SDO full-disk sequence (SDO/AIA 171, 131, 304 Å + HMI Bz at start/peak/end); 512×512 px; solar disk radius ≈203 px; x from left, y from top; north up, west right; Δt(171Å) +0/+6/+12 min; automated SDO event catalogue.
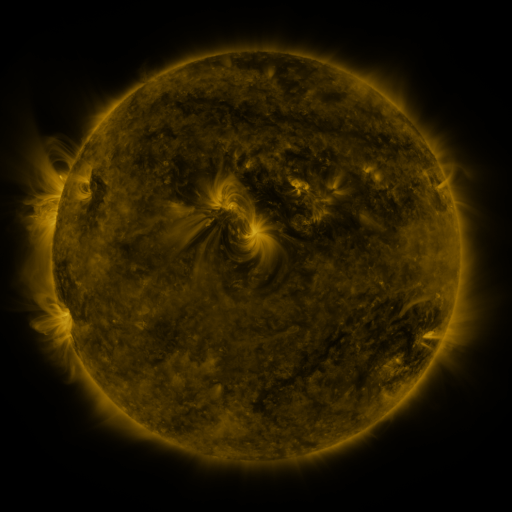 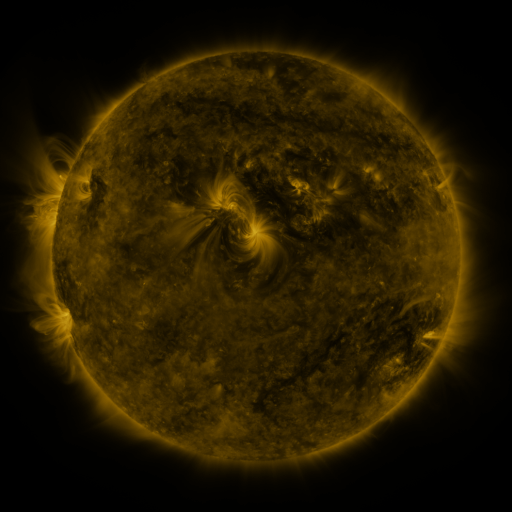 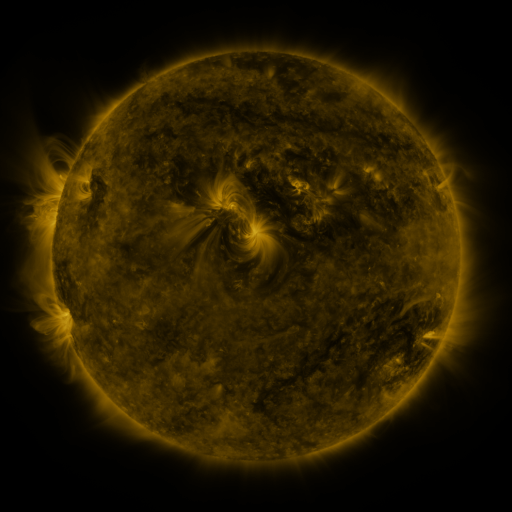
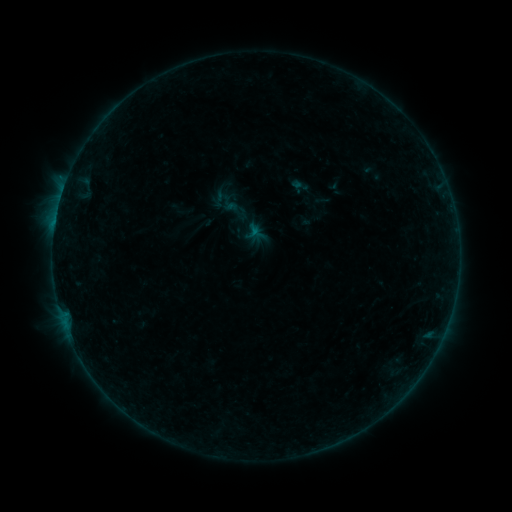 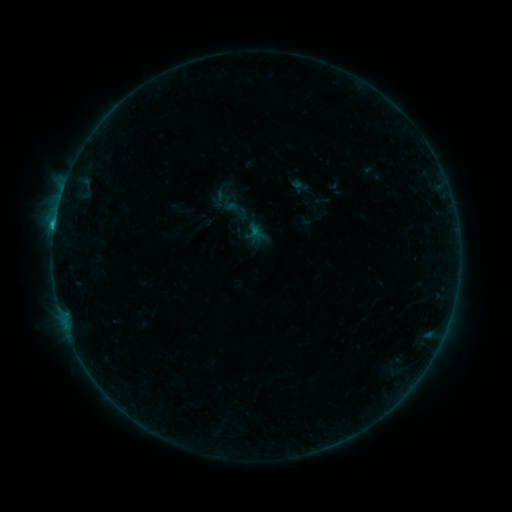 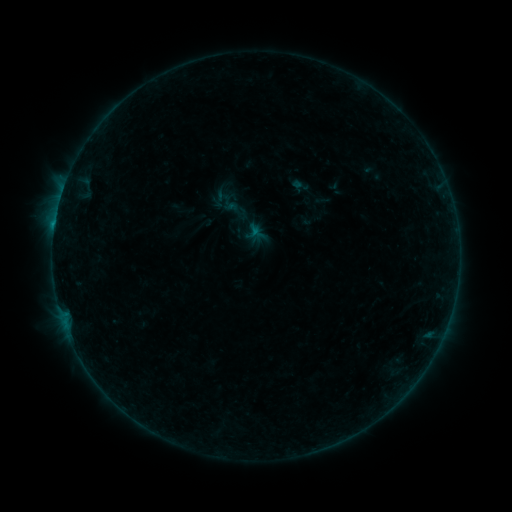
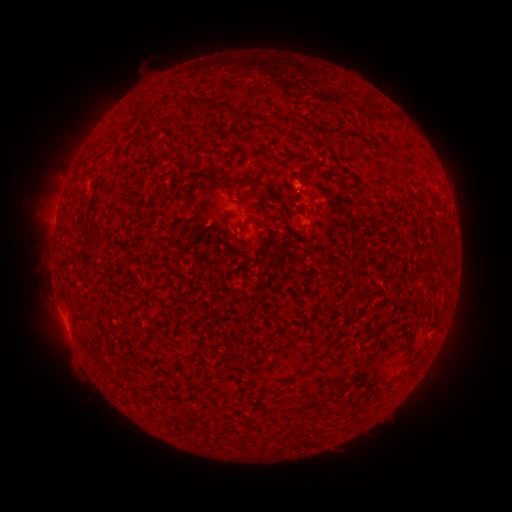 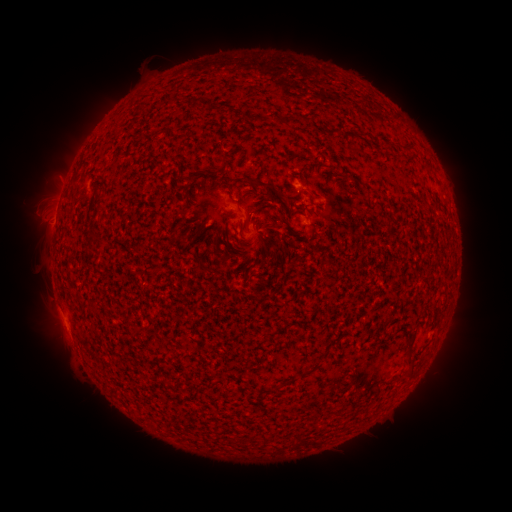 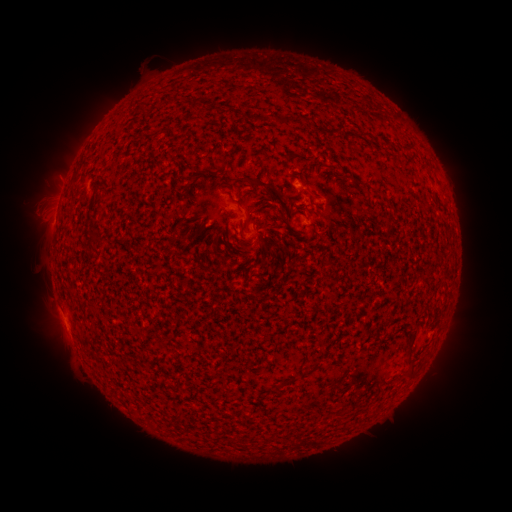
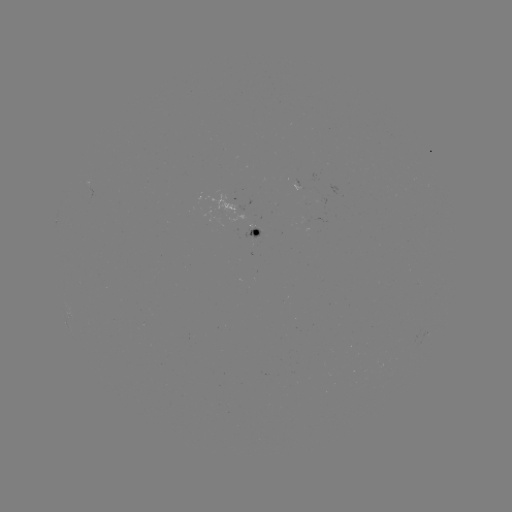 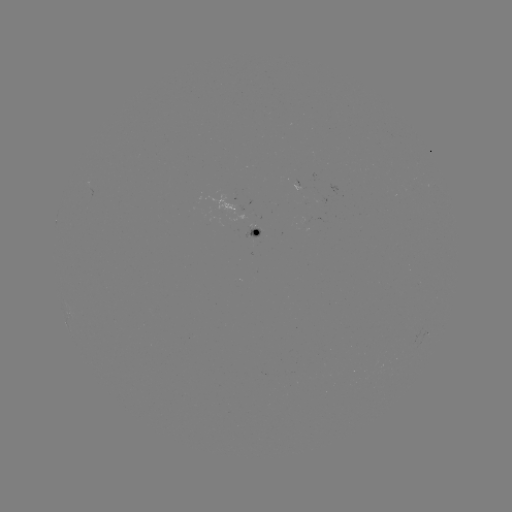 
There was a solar flare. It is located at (62, 193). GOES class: B5.2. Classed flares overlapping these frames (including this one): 1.